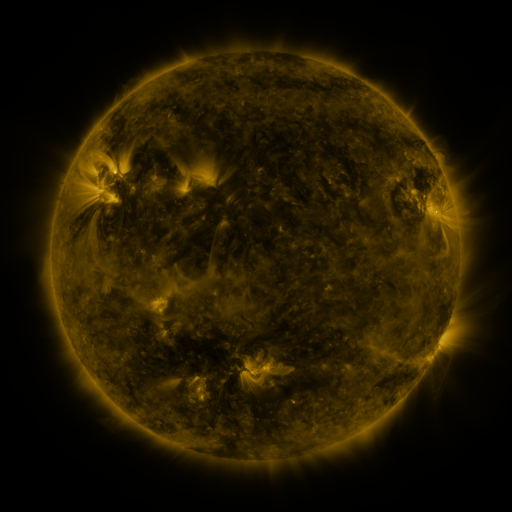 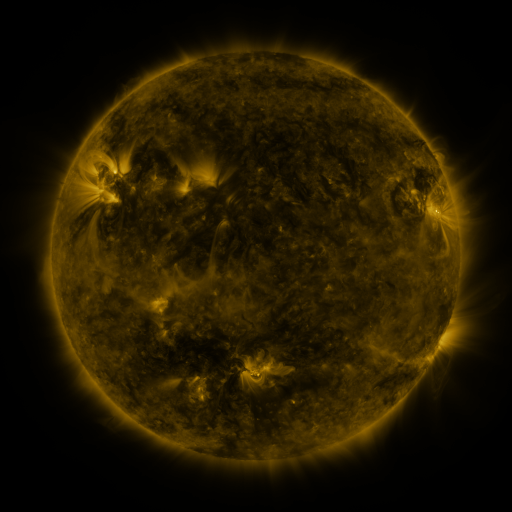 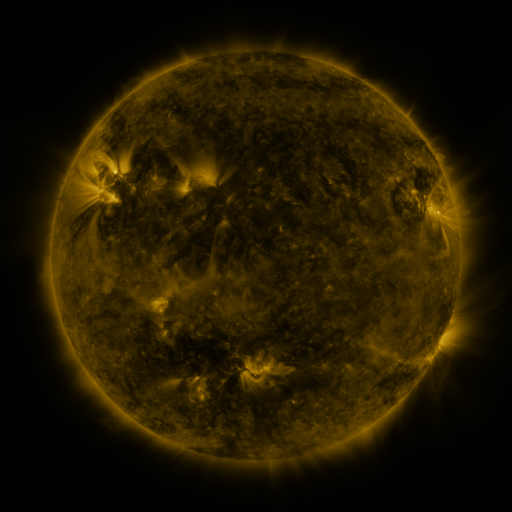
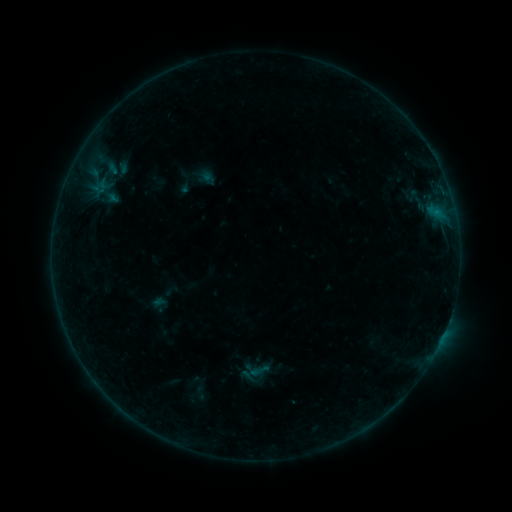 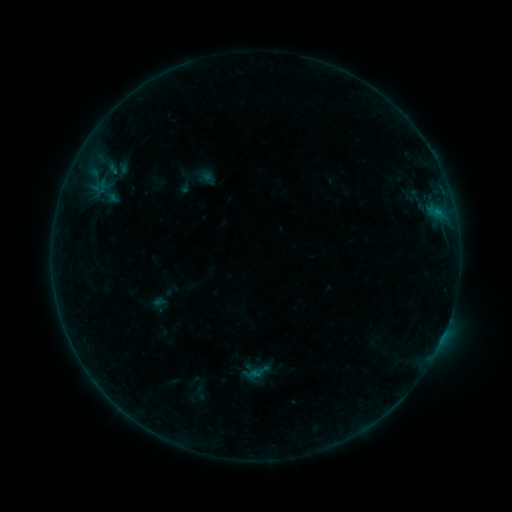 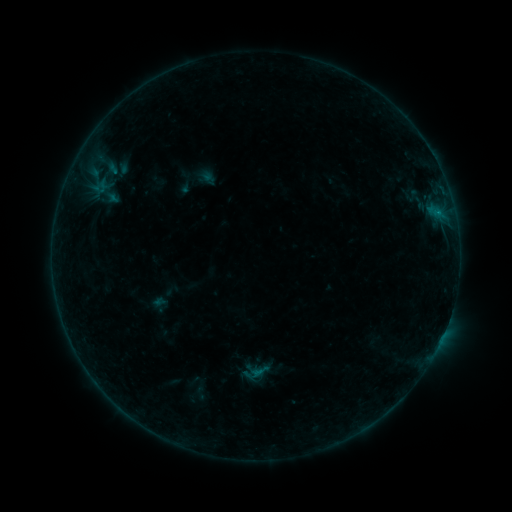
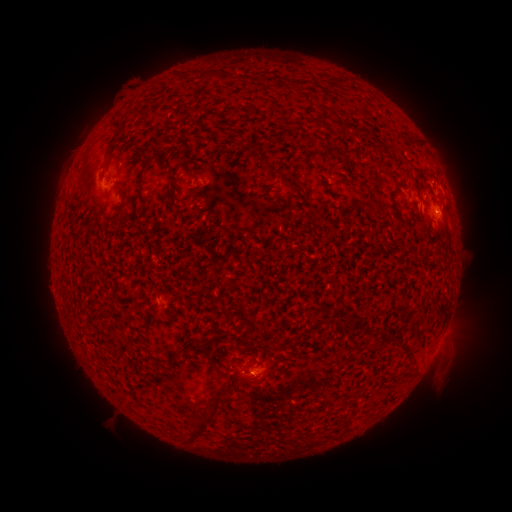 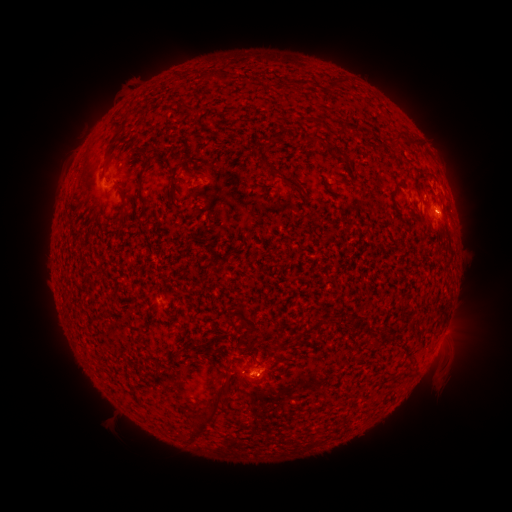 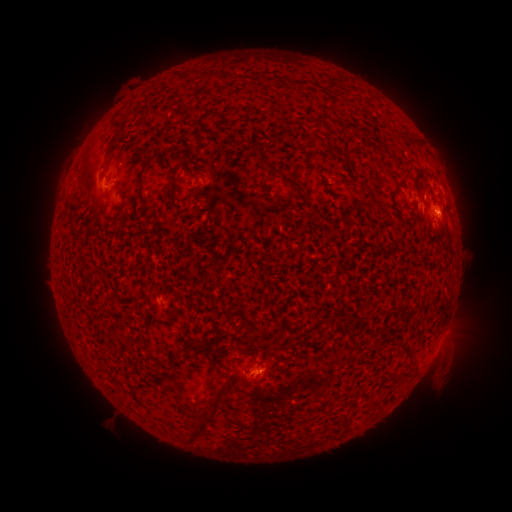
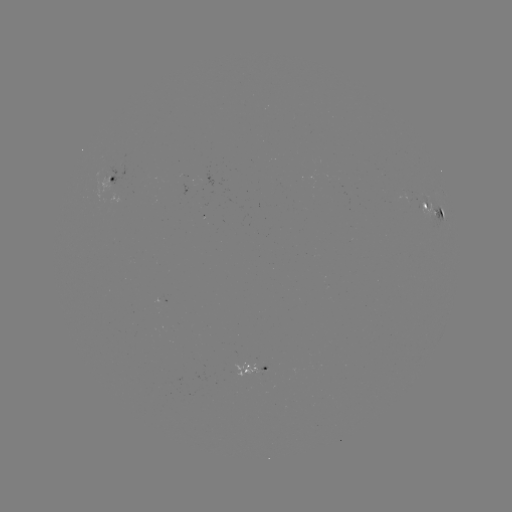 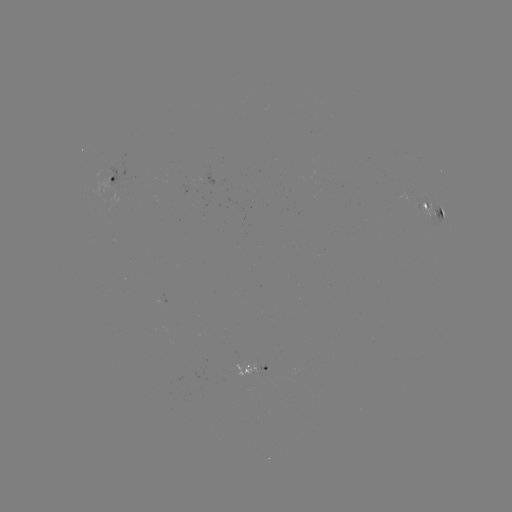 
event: flare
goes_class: B2.4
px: (437, 213)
